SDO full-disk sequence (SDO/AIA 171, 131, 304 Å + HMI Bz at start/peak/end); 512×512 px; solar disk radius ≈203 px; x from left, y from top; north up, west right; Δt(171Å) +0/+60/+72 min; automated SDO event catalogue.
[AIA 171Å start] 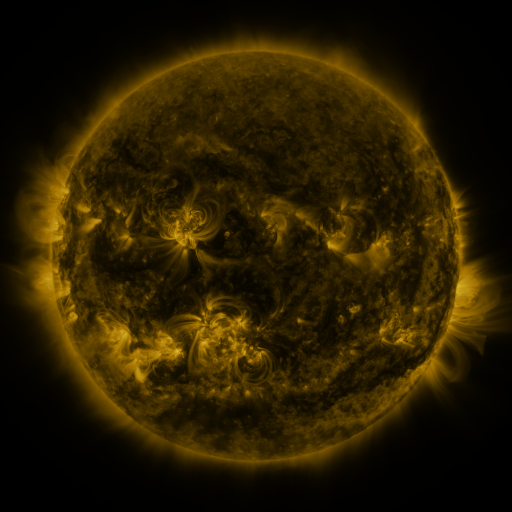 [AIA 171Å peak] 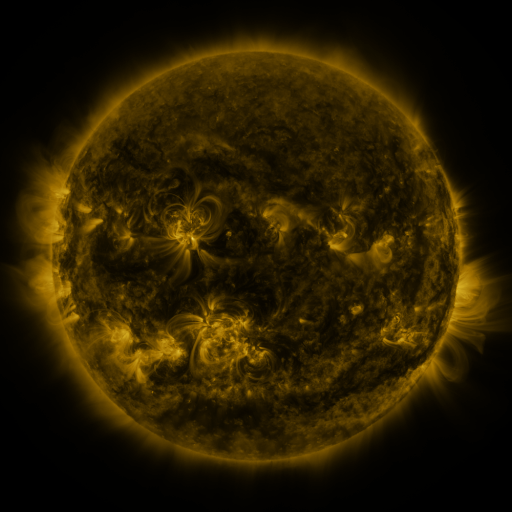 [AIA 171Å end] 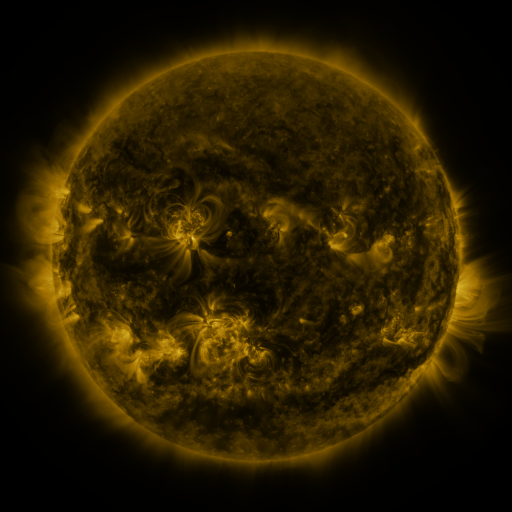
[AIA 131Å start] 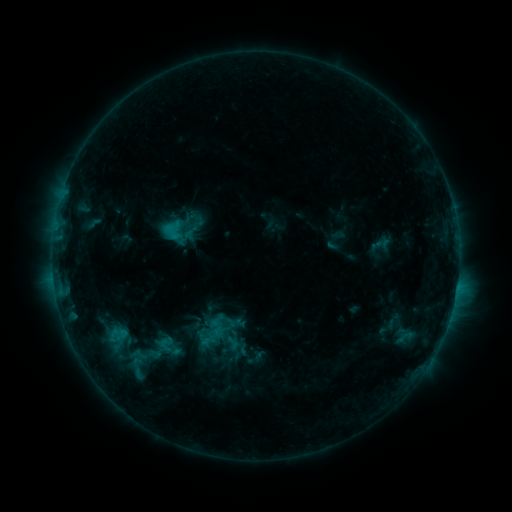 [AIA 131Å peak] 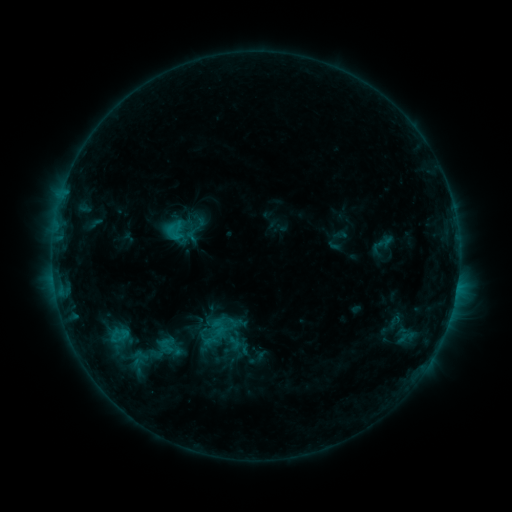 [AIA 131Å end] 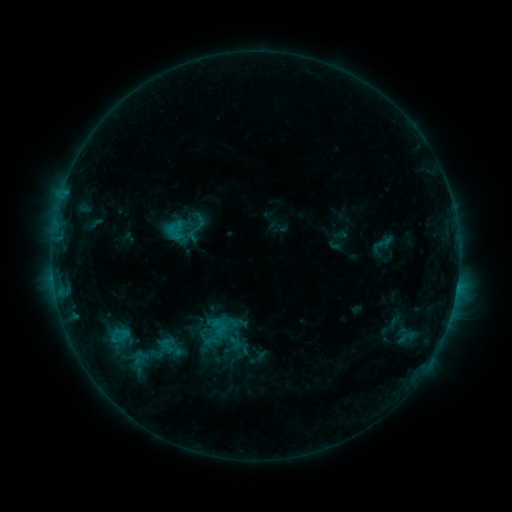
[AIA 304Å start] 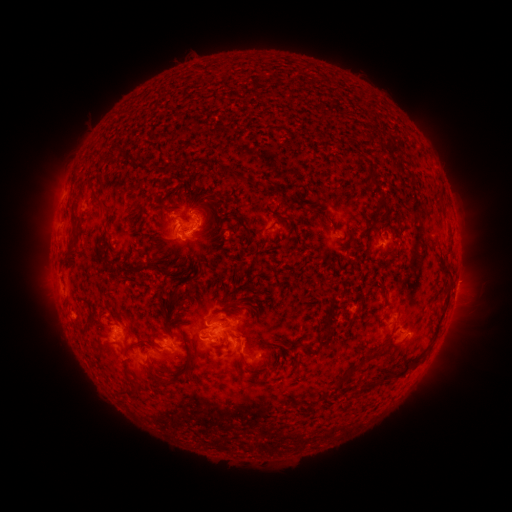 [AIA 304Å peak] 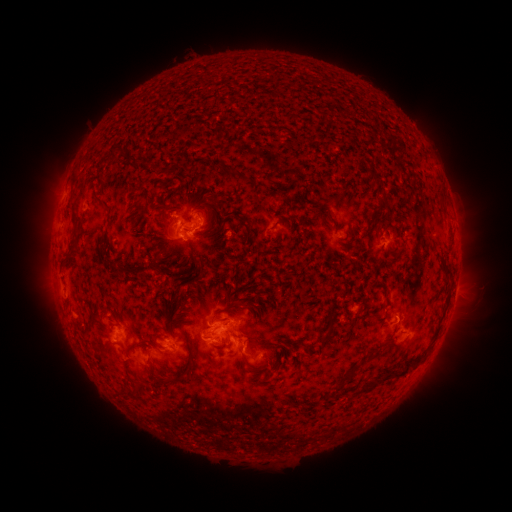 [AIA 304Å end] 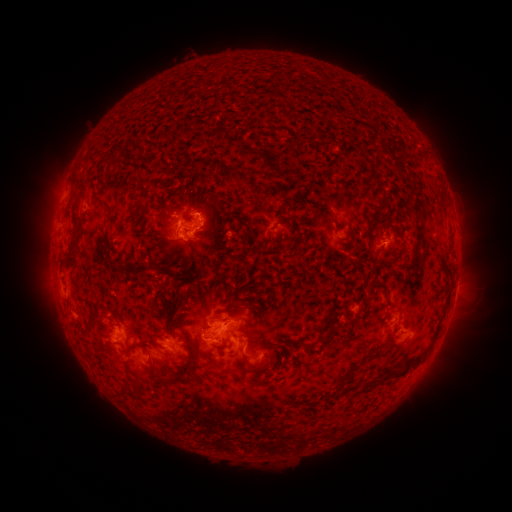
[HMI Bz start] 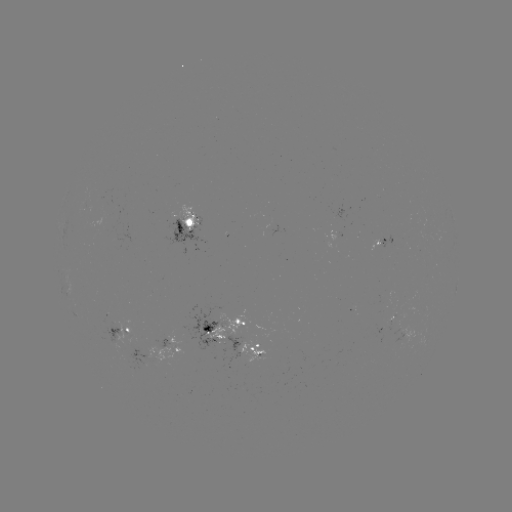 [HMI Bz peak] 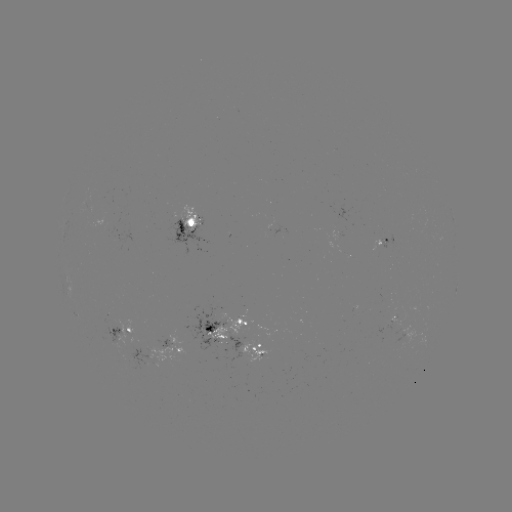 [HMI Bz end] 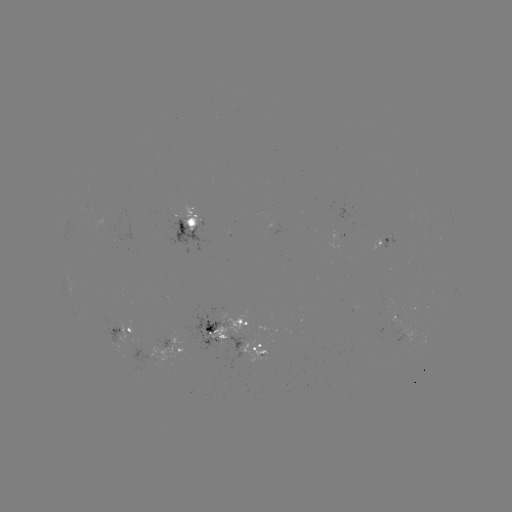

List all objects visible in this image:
emerging-flux region: (401, 338)
